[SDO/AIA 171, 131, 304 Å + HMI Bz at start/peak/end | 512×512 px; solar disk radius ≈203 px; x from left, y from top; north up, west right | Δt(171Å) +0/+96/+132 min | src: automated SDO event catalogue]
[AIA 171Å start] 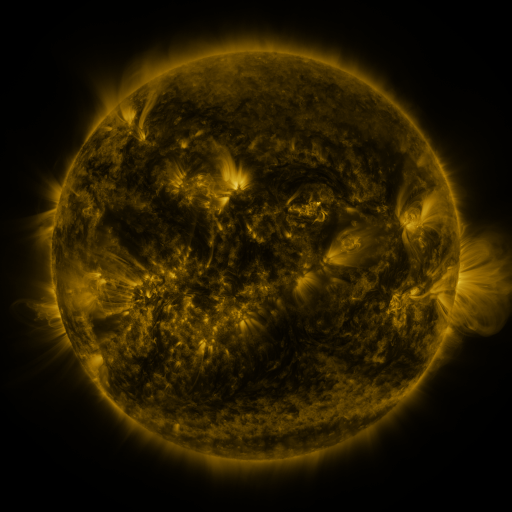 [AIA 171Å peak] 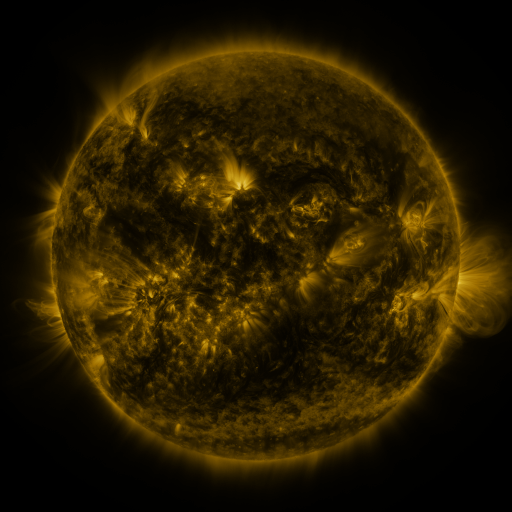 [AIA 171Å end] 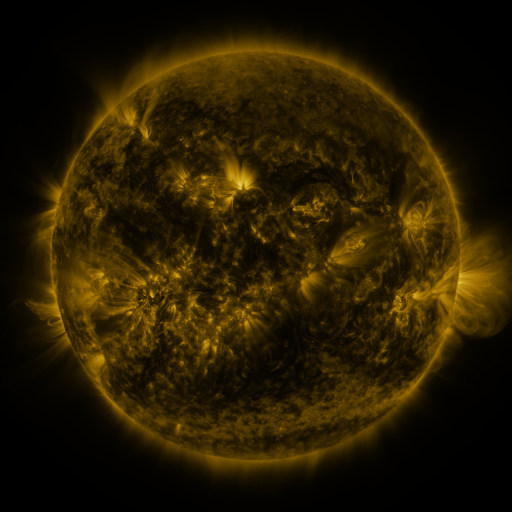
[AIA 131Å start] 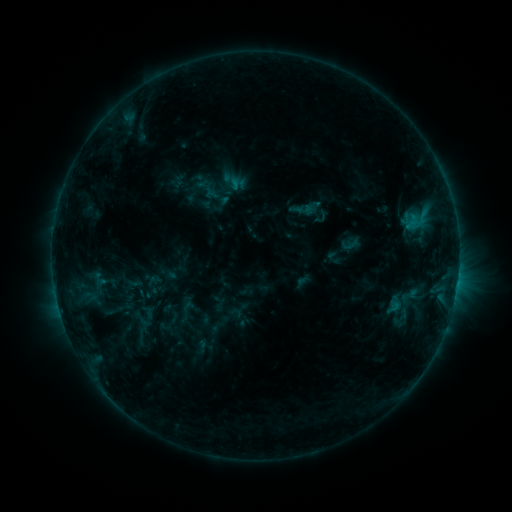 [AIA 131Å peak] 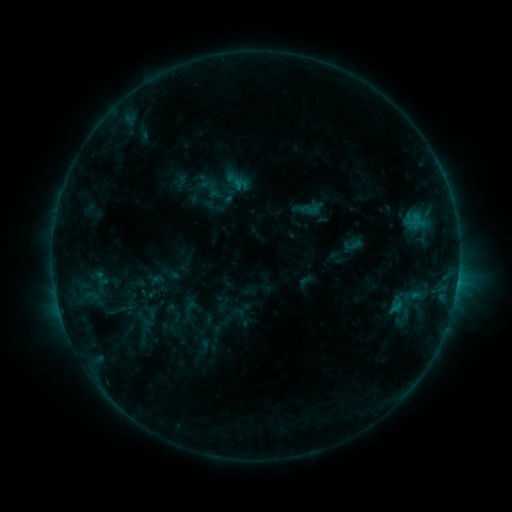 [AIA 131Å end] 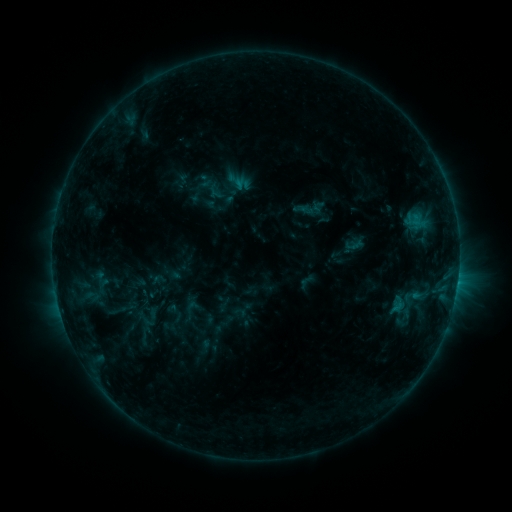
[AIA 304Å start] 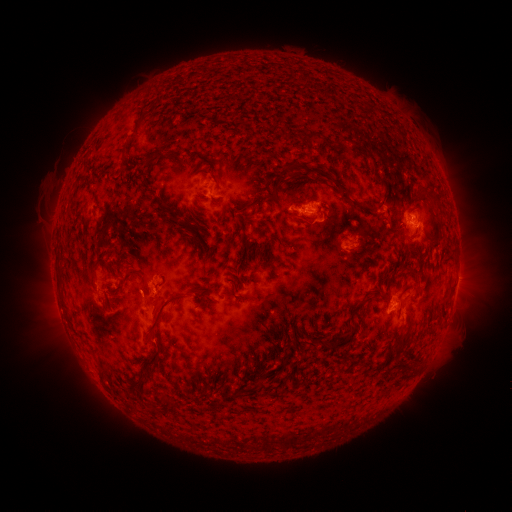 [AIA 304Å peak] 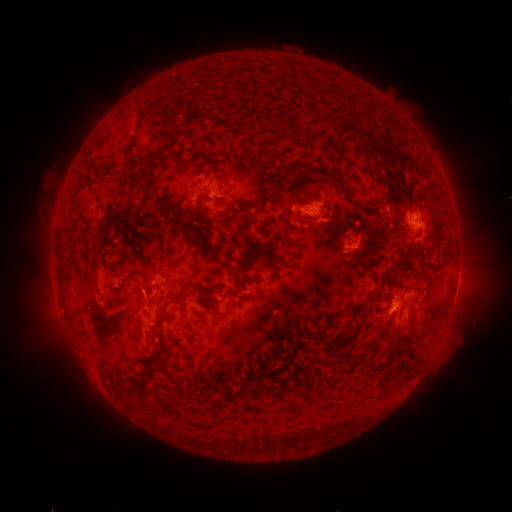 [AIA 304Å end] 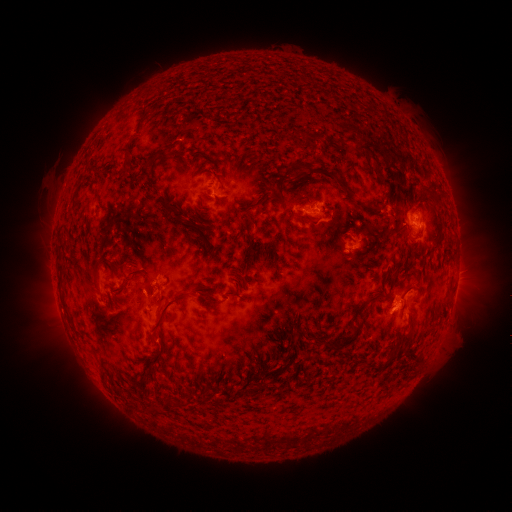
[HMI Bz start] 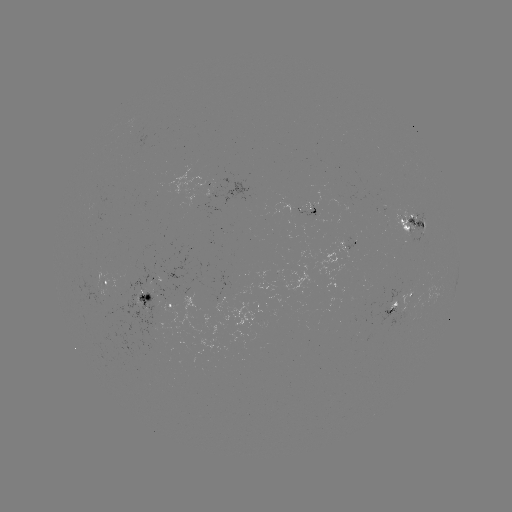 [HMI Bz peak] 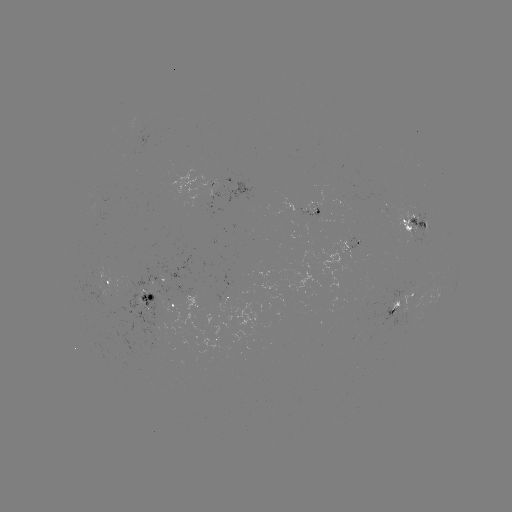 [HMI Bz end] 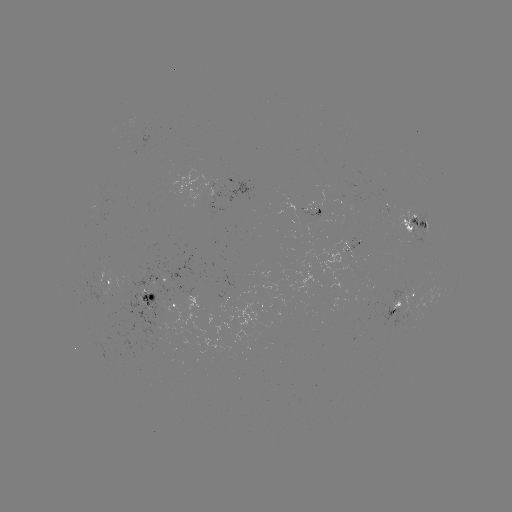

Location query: emerging-flux region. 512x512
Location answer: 357,241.